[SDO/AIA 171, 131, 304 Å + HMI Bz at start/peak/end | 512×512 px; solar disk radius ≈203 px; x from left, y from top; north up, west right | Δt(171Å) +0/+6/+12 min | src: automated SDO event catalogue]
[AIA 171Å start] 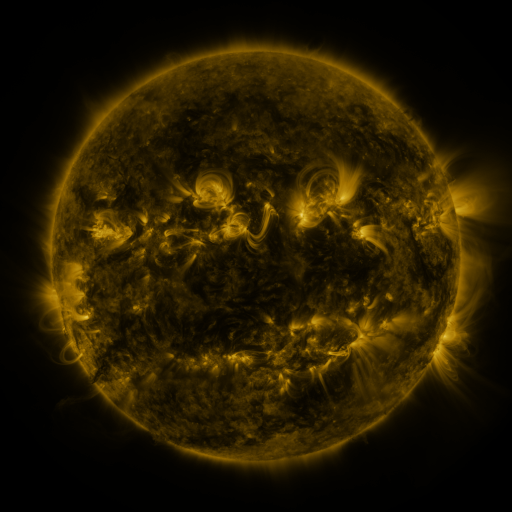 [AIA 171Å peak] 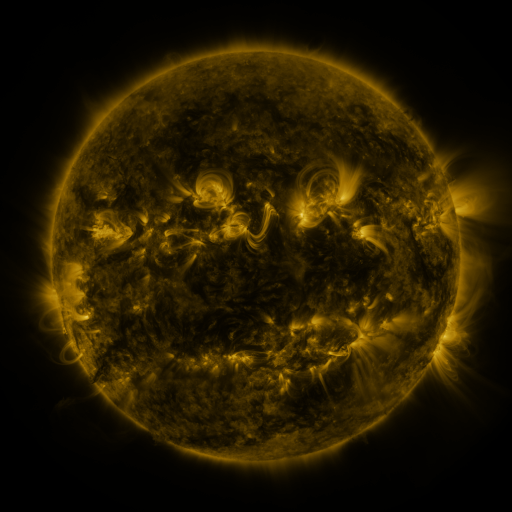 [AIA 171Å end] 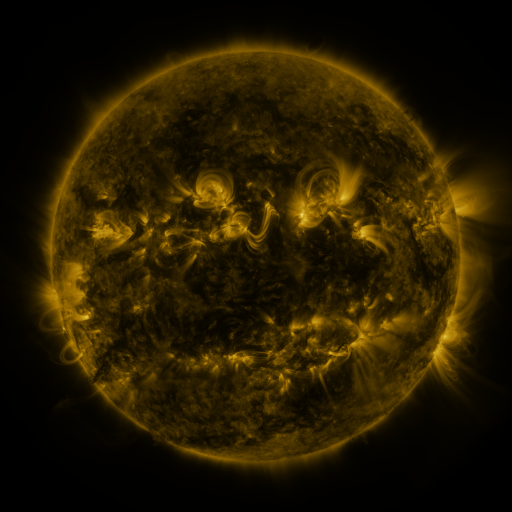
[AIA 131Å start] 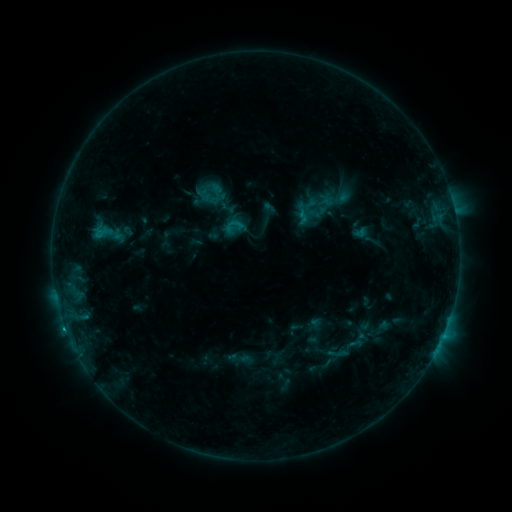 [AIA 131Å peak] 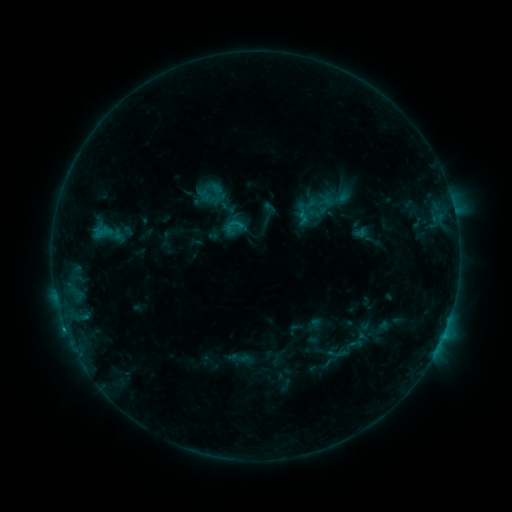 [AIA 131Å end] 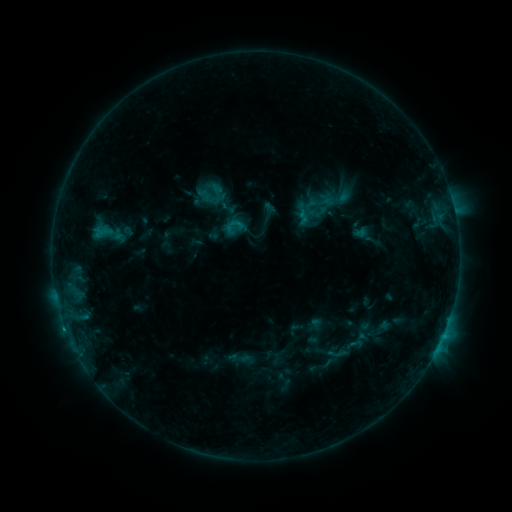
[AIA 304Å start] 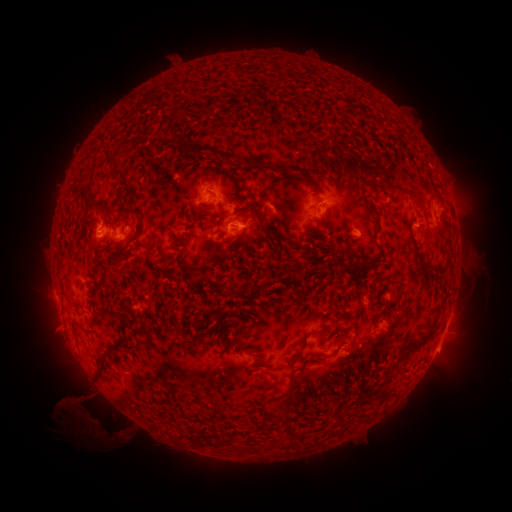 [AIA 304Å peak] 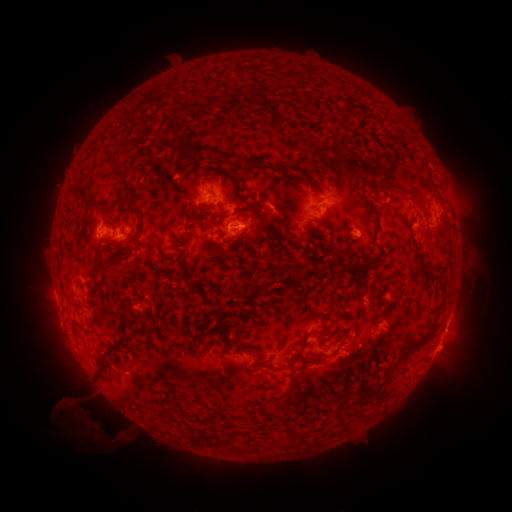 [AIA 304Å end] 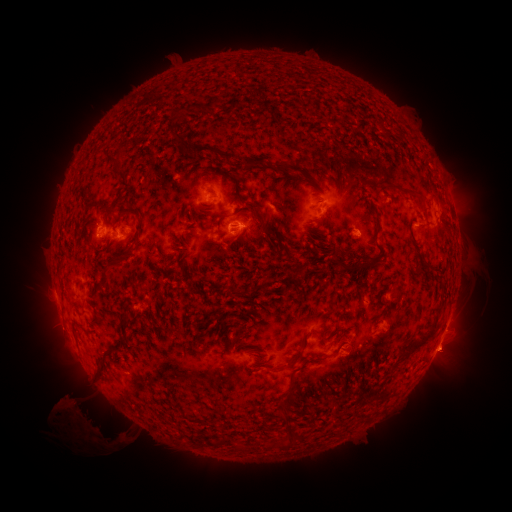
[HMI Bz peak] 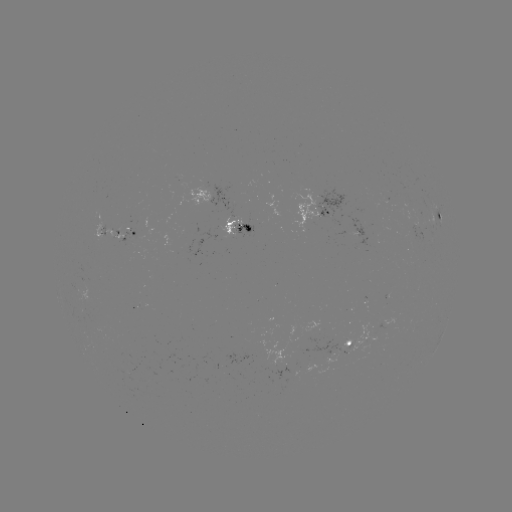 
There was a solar eruption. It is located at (448, 354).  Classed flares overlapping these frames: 1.